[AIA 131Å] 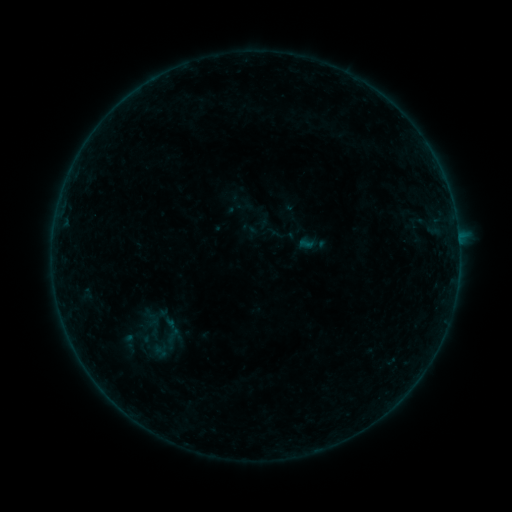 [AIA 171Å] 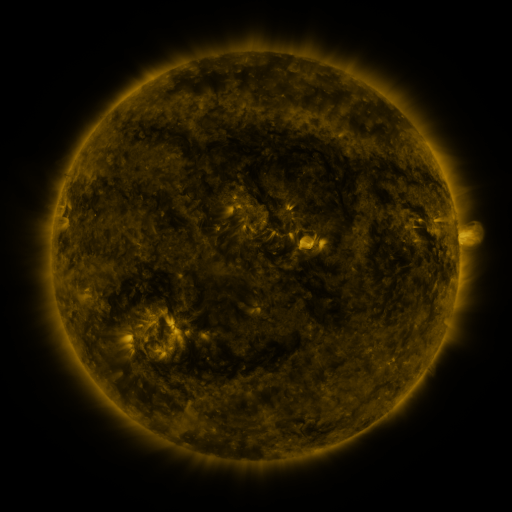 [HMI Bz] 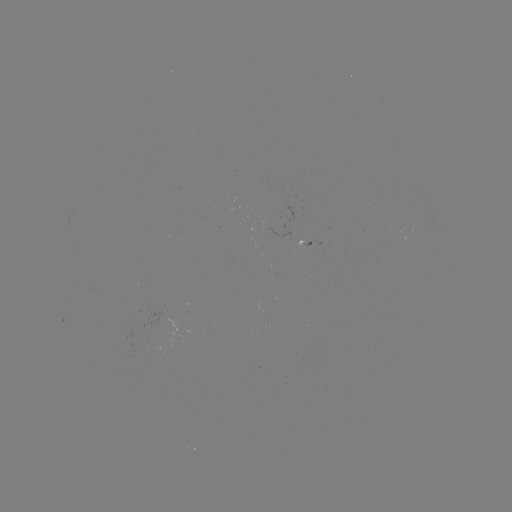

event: sigmoid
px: (153, 327)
